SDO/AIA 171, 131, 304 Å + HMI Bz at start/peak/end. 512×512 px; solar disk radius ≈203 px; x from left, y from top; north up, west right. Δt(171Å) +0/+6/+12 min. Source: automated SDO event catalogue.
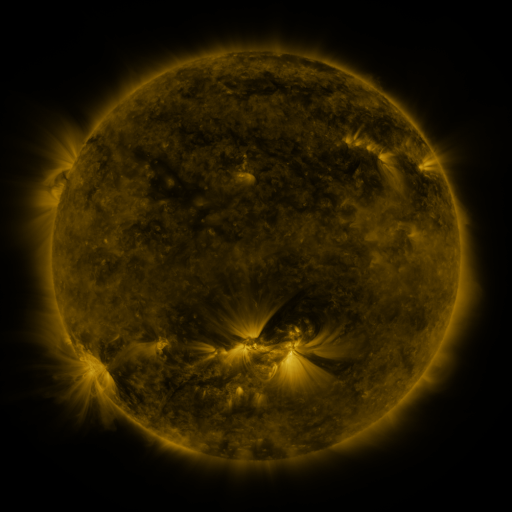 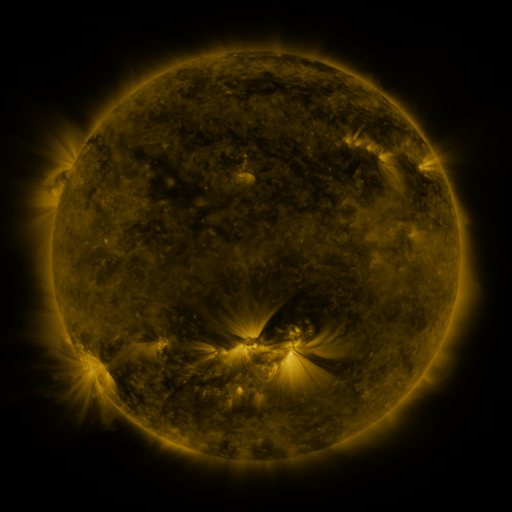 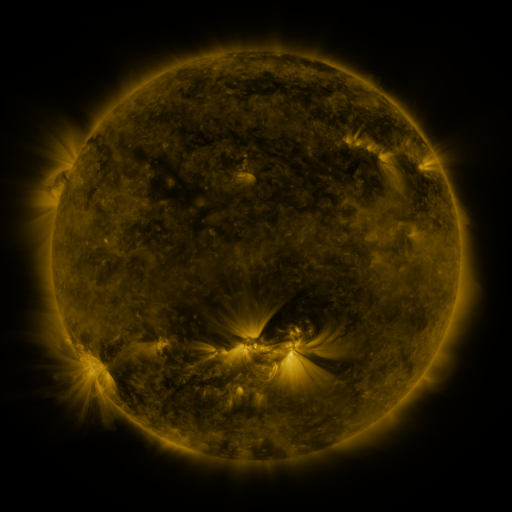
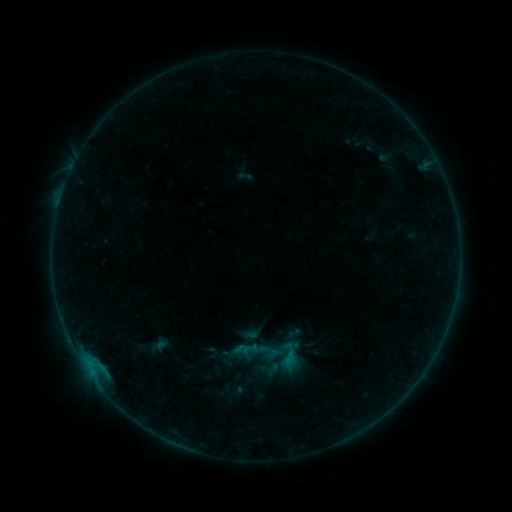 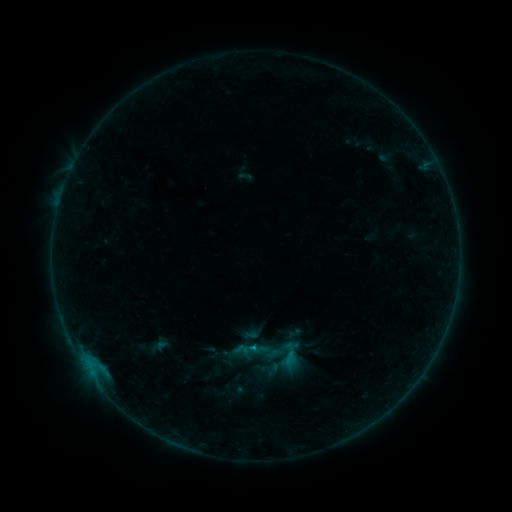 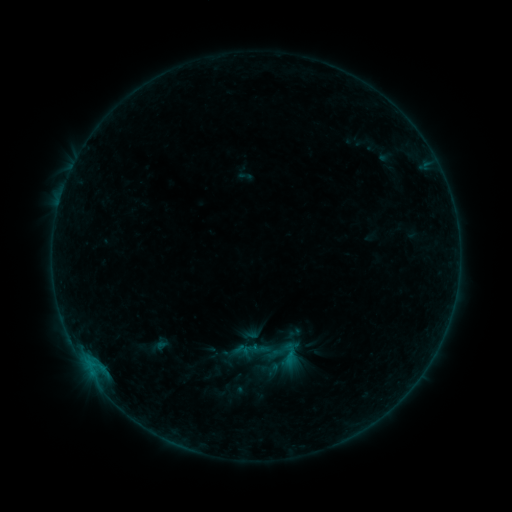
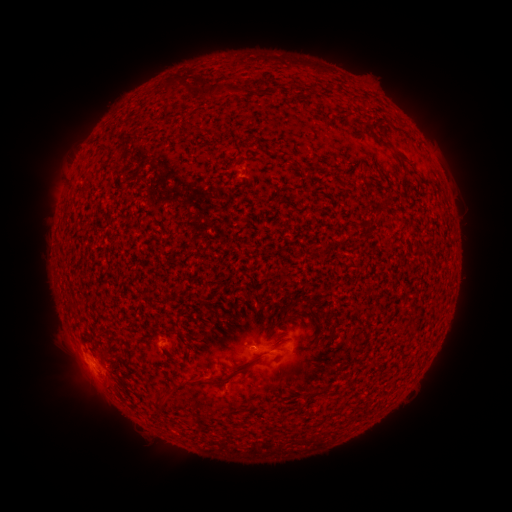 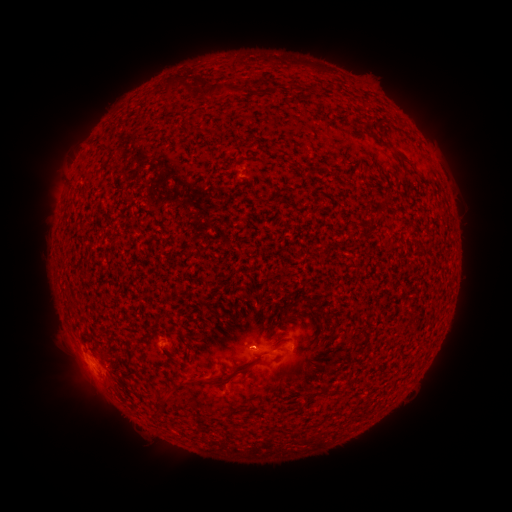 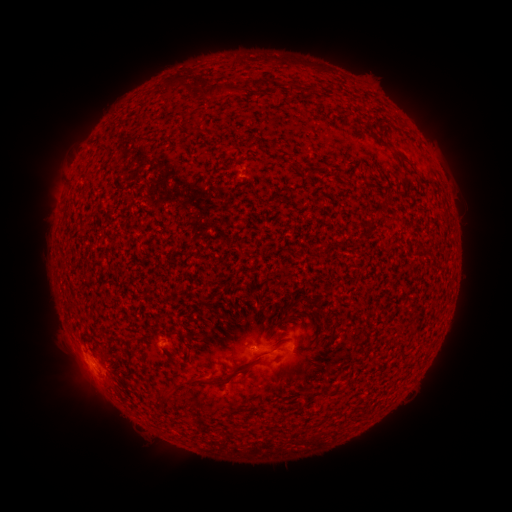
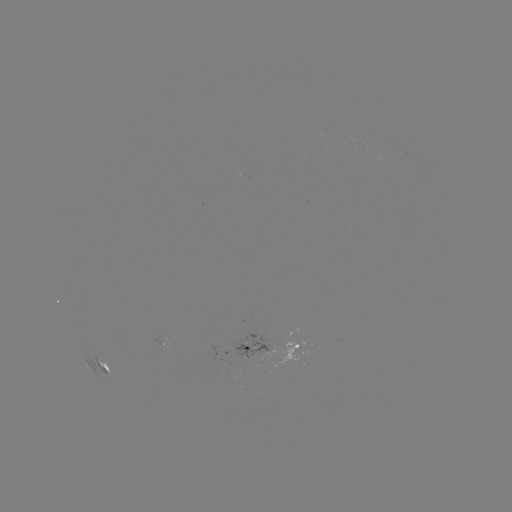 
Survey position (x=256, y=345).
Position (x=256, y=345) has B2.7 flare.